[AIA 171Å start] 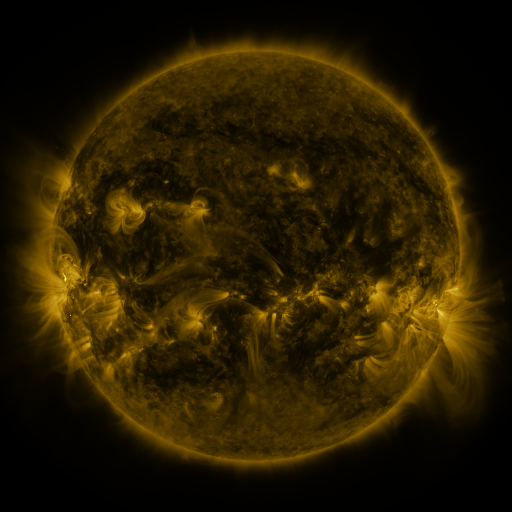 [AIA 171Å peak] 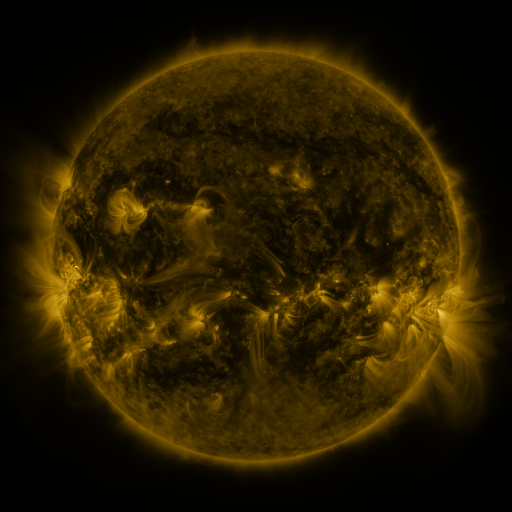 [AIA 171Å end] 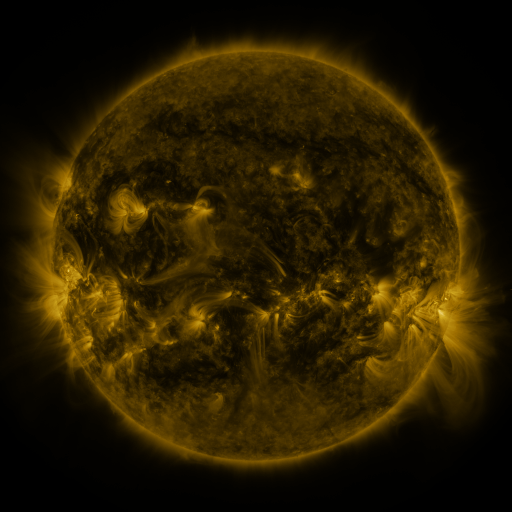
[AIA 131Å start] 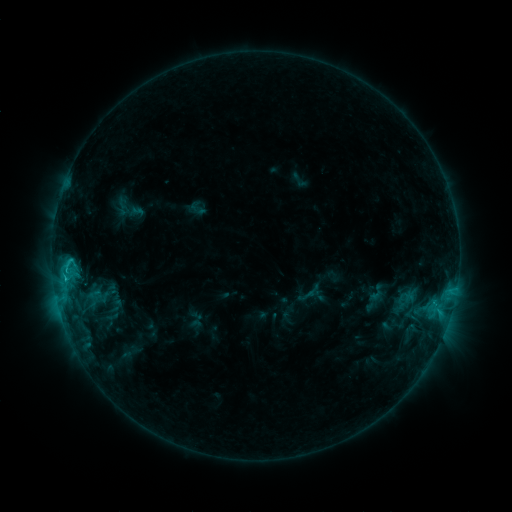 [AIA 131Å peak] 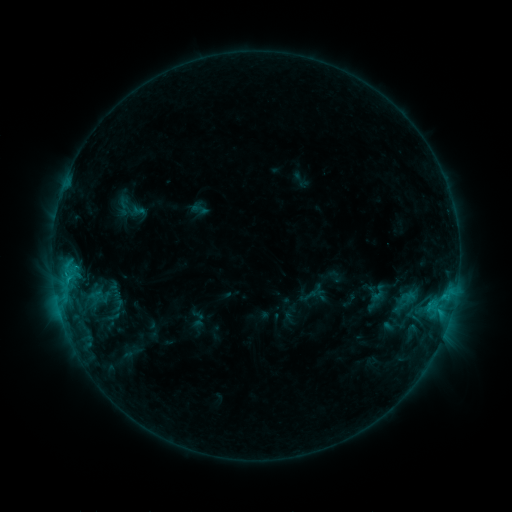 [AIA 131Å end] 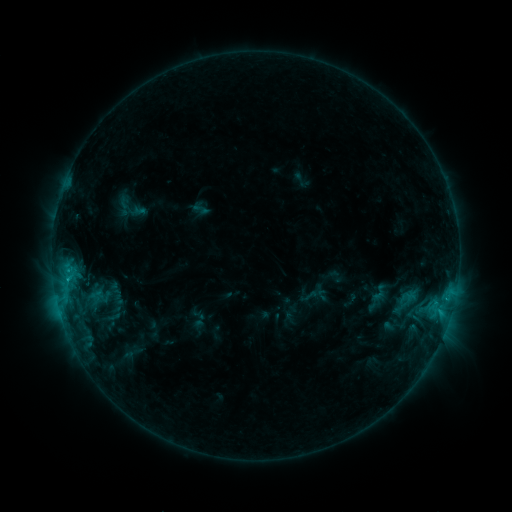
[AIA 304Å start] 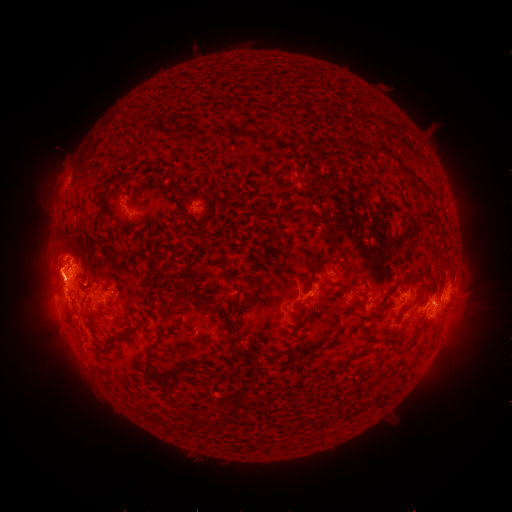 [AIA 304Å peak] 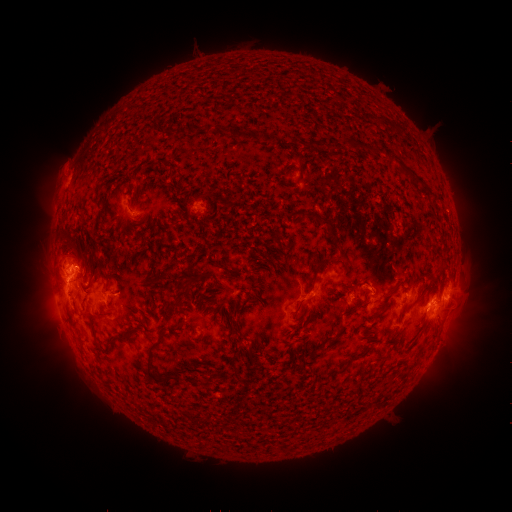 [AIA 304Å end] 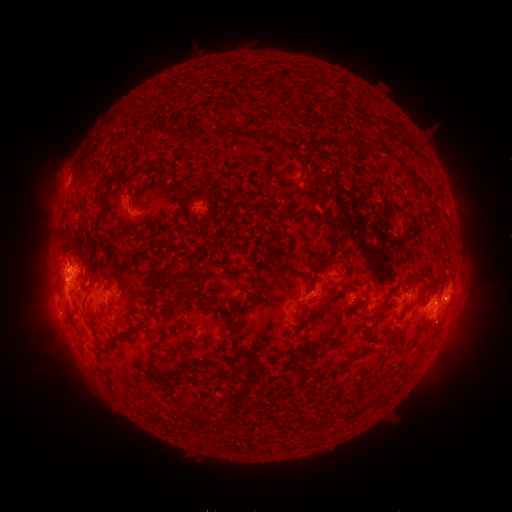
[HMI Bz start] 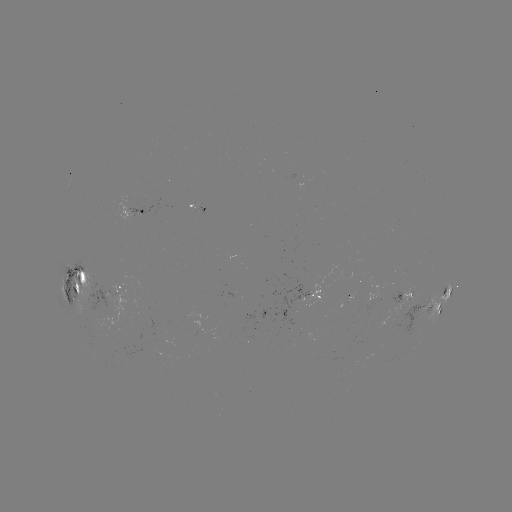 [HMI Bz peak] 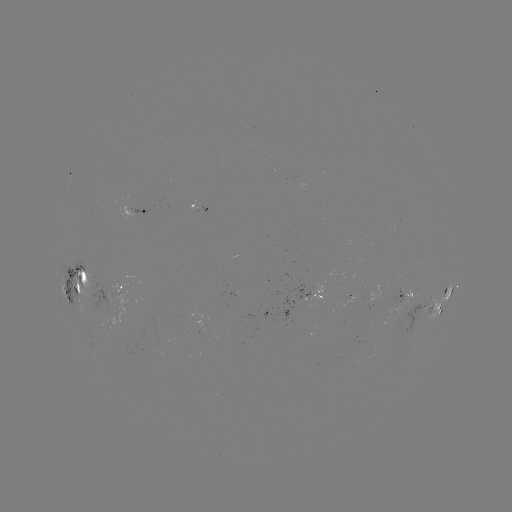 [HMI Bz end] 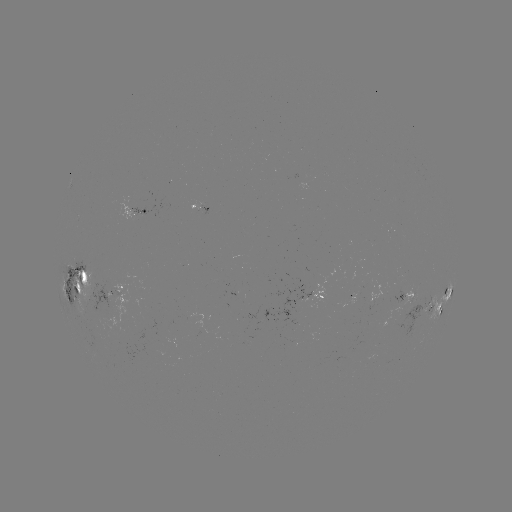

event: emerging-flux region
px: (114, 303)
